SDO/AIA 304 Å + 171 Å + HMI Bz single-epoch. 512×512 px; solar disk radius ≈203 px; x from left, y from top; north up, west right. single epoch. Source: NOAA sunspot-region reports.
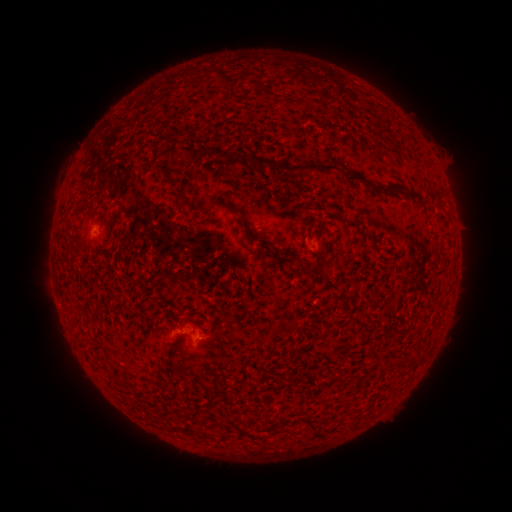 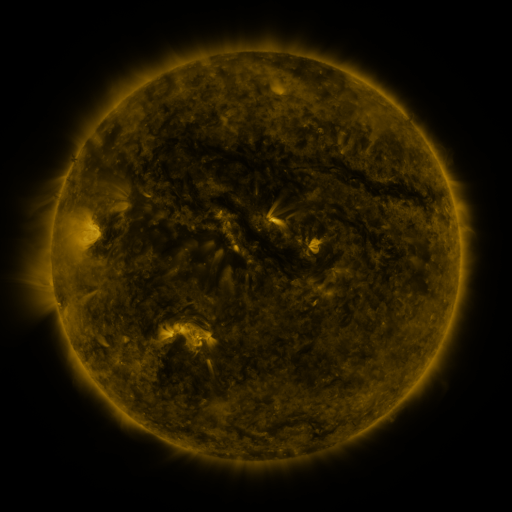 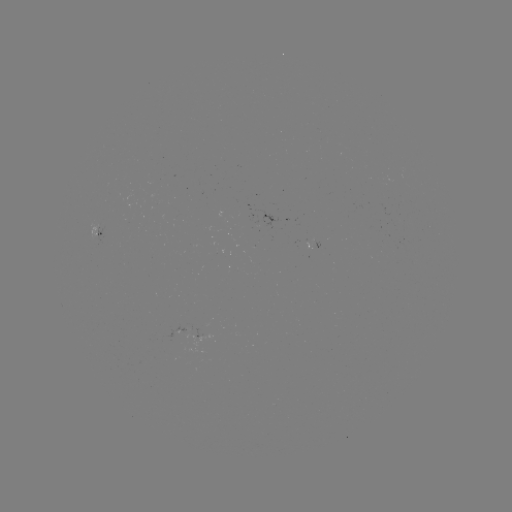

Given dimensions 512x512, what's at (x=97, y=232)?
spotted active region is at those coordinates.